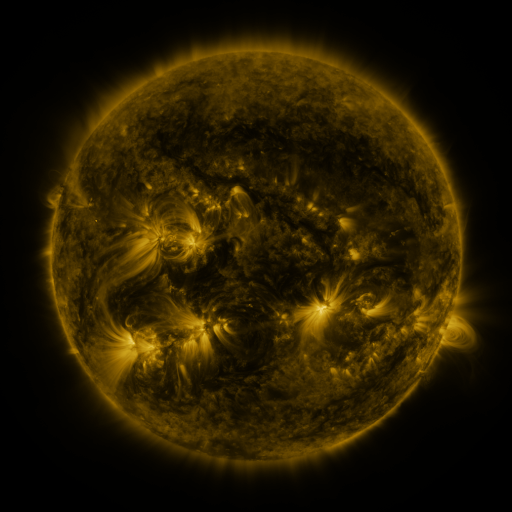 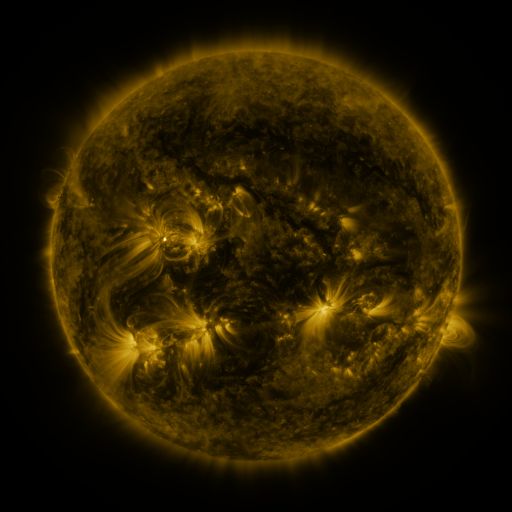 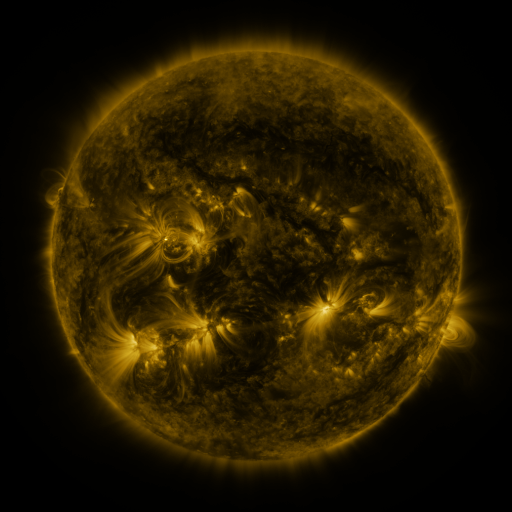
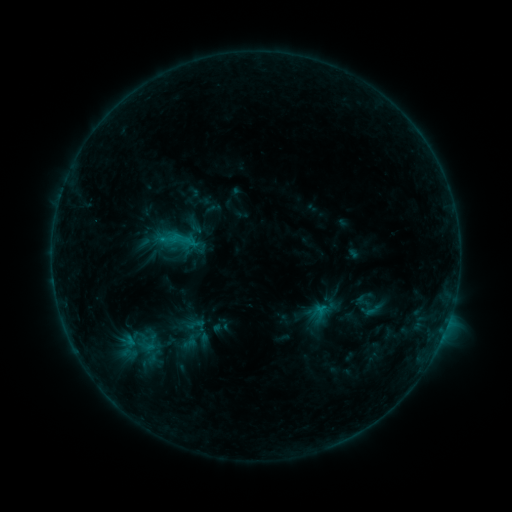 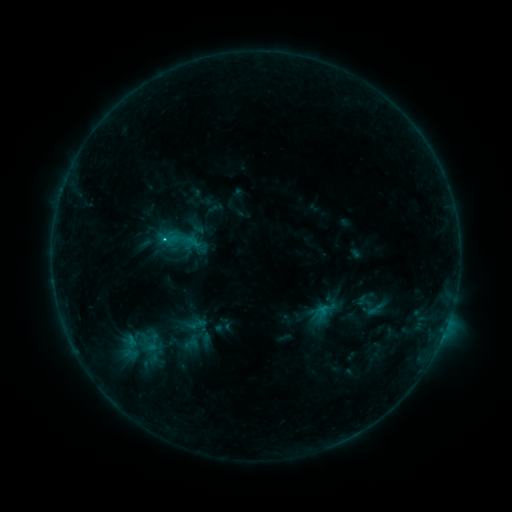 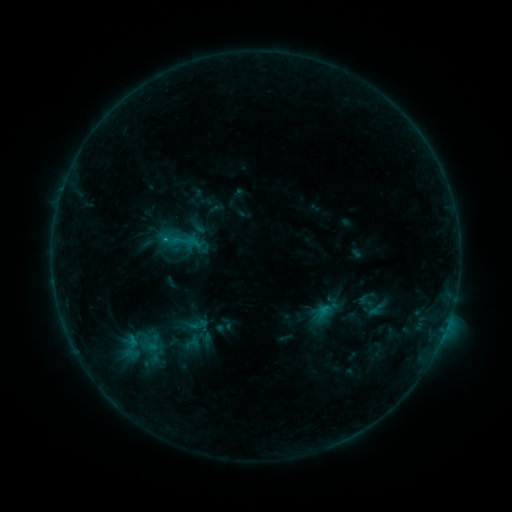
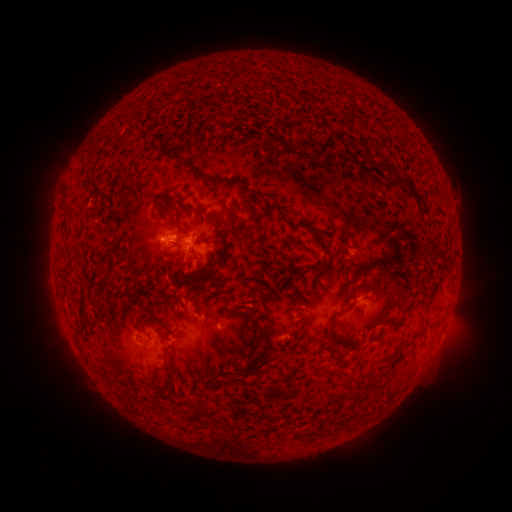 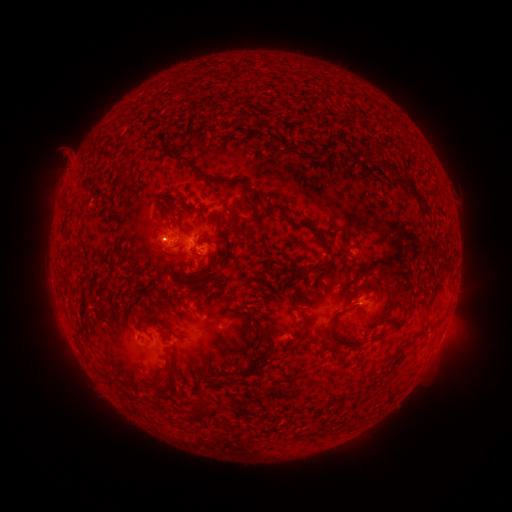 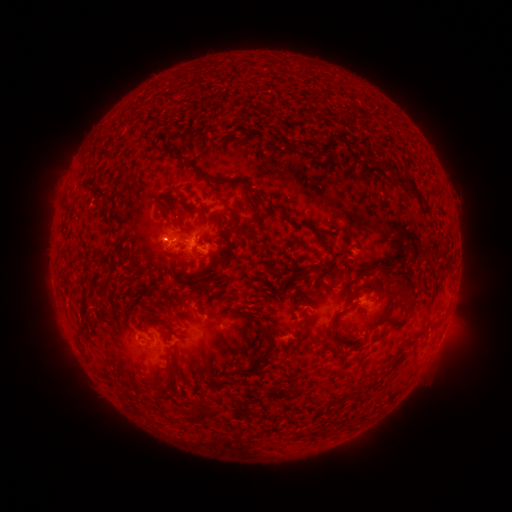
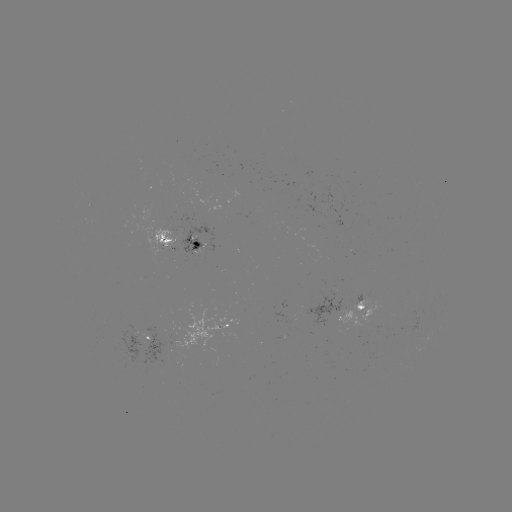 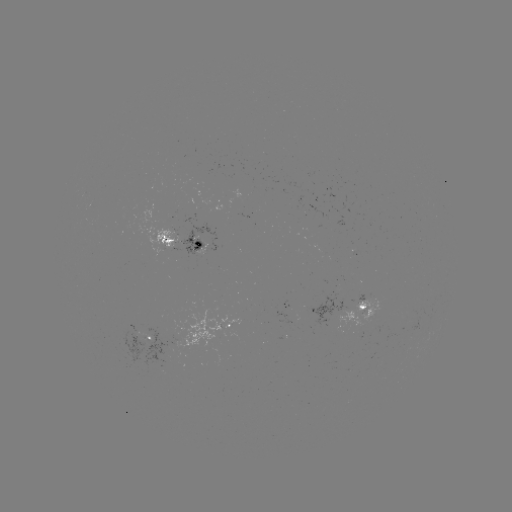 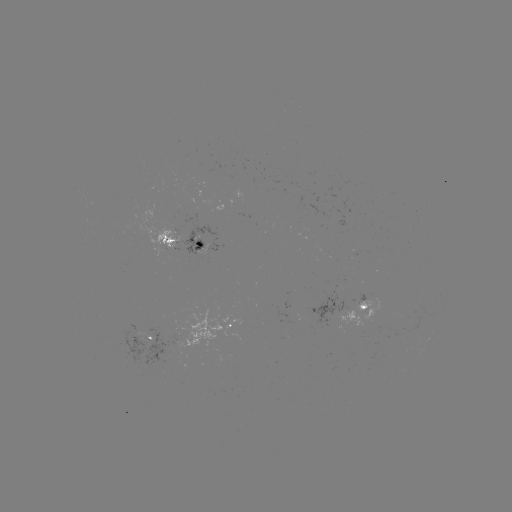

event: emerging-flux region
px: (363, 312)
